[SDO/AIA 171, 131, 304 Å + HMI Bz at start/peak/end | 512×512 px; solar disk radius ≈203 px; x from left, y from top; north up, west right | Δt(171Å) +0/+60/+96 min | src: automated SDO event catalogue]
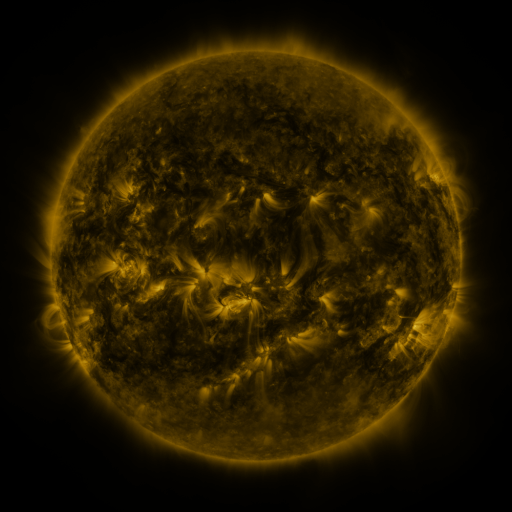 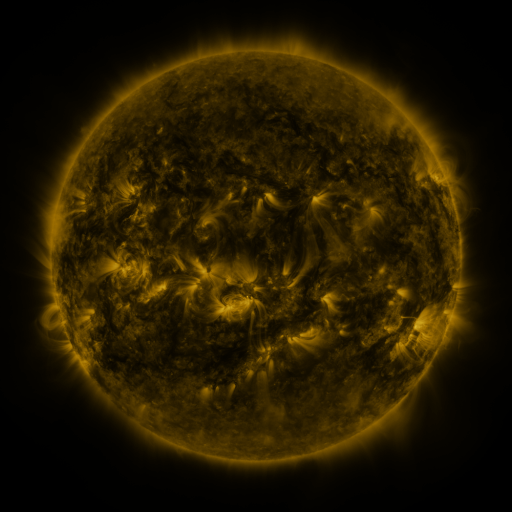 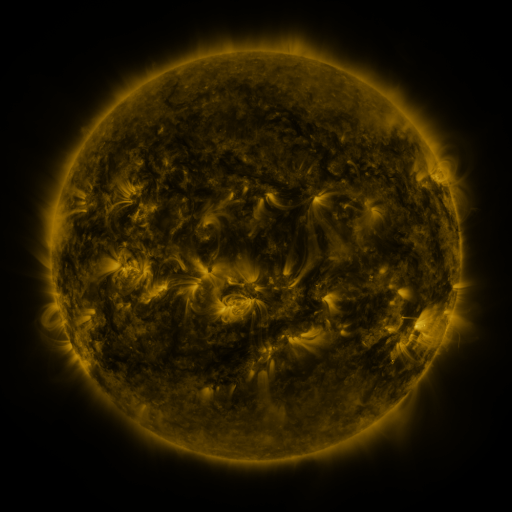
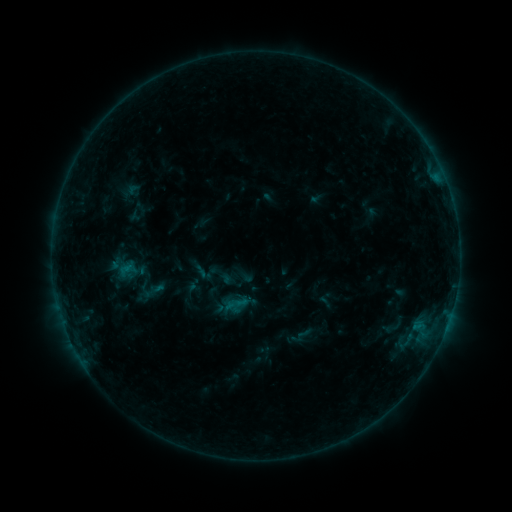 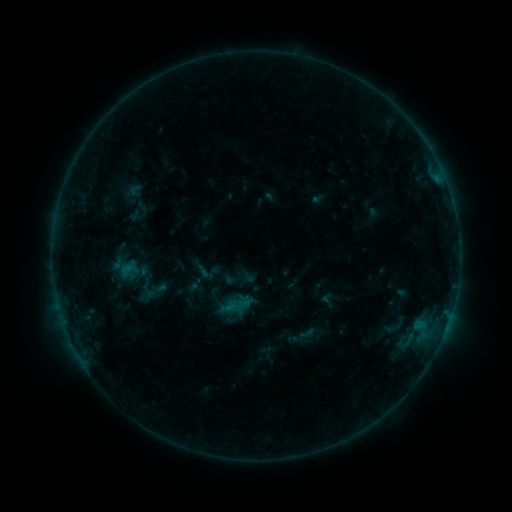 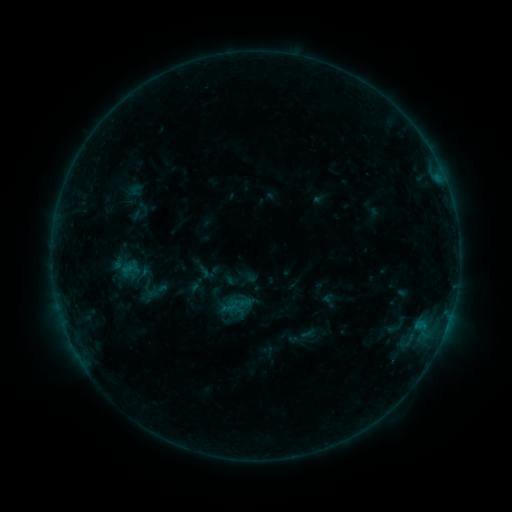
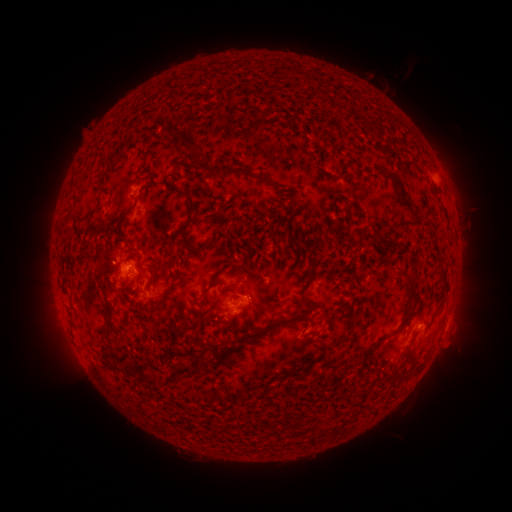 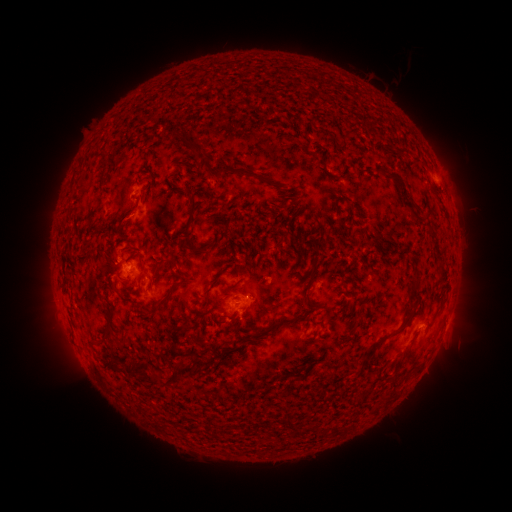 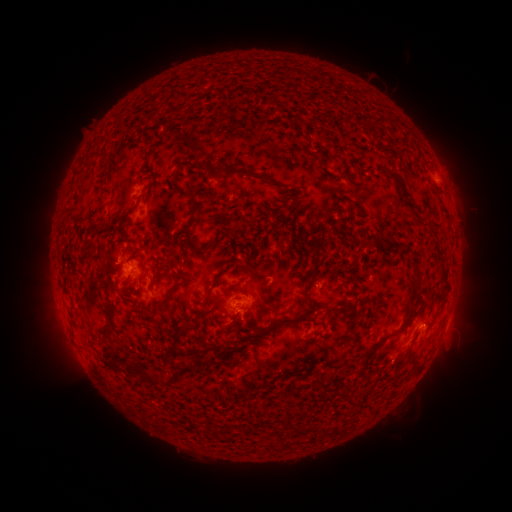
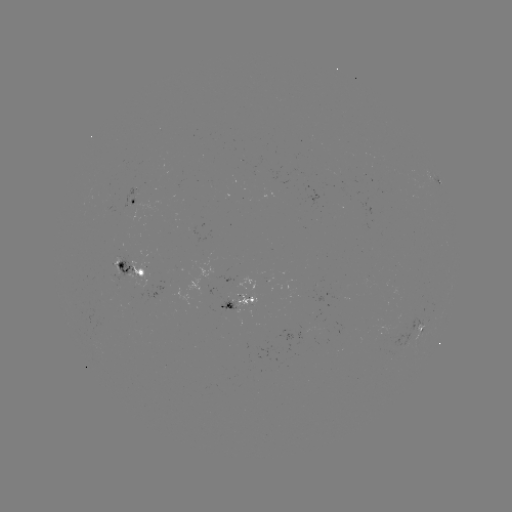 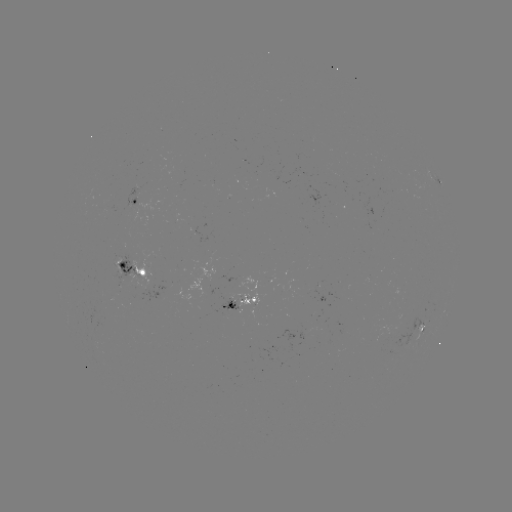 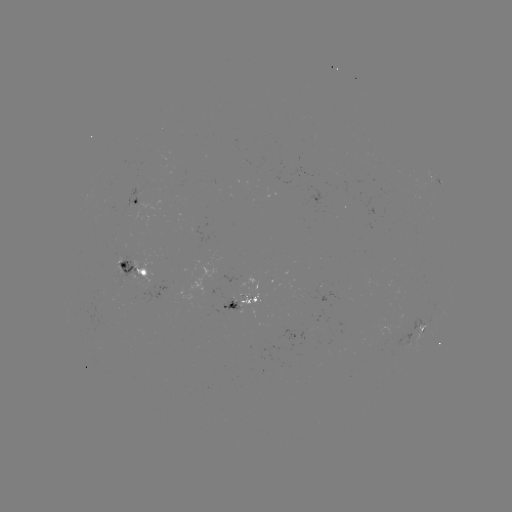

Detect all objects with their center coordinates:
emerging-flux region: (231, 299)
